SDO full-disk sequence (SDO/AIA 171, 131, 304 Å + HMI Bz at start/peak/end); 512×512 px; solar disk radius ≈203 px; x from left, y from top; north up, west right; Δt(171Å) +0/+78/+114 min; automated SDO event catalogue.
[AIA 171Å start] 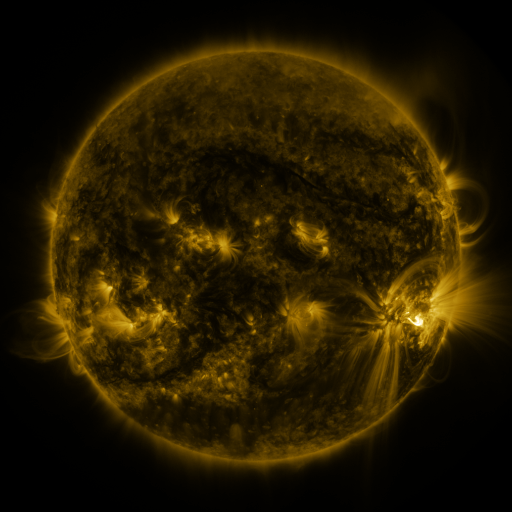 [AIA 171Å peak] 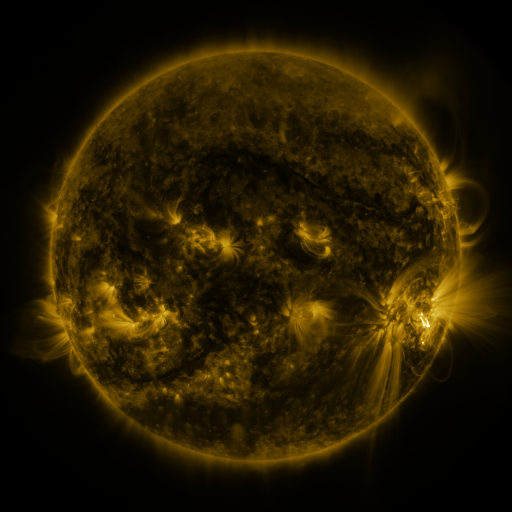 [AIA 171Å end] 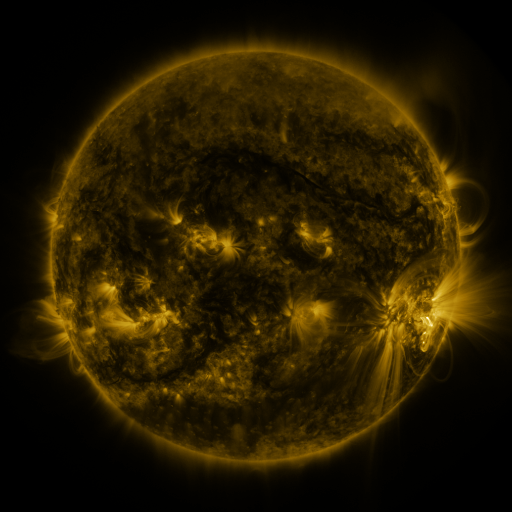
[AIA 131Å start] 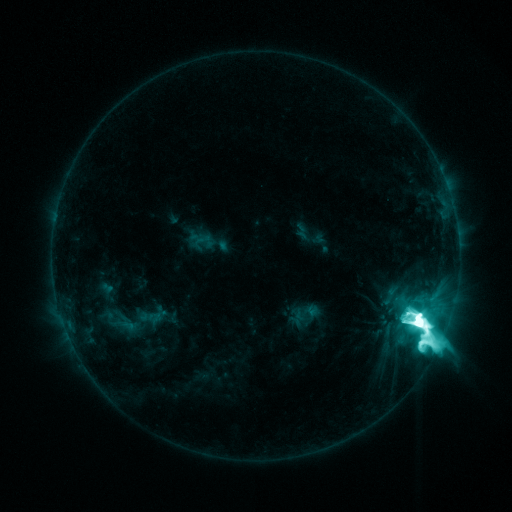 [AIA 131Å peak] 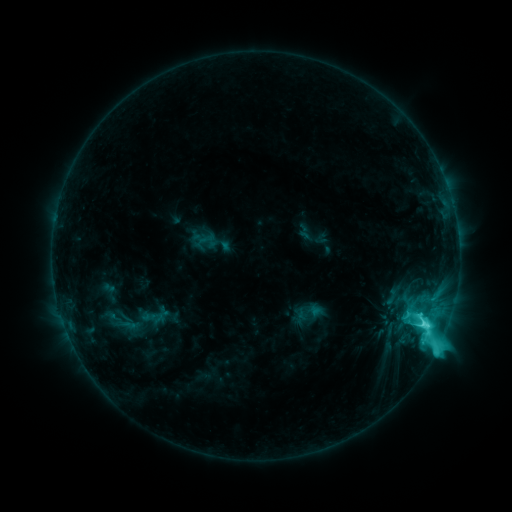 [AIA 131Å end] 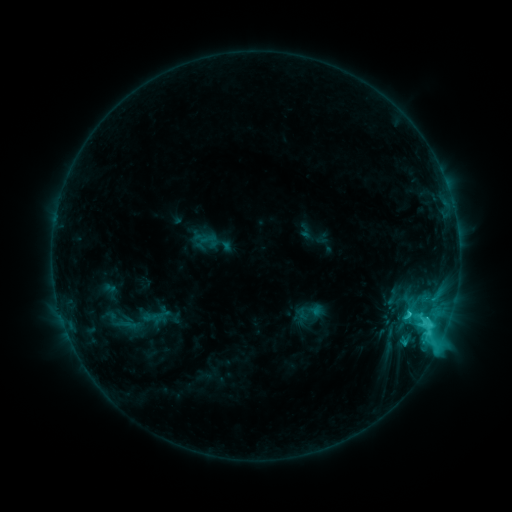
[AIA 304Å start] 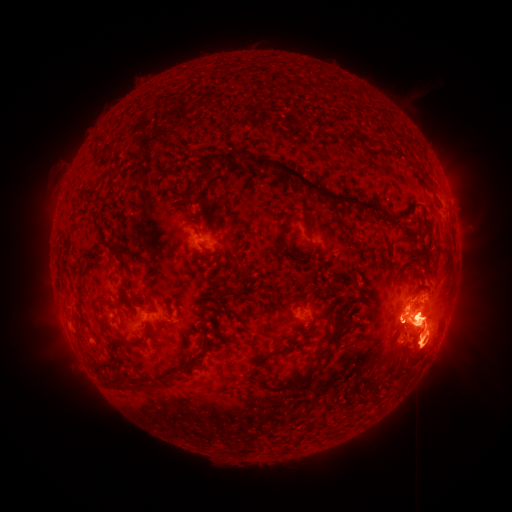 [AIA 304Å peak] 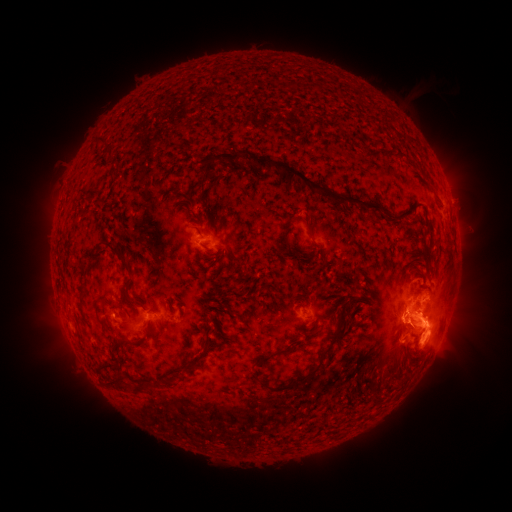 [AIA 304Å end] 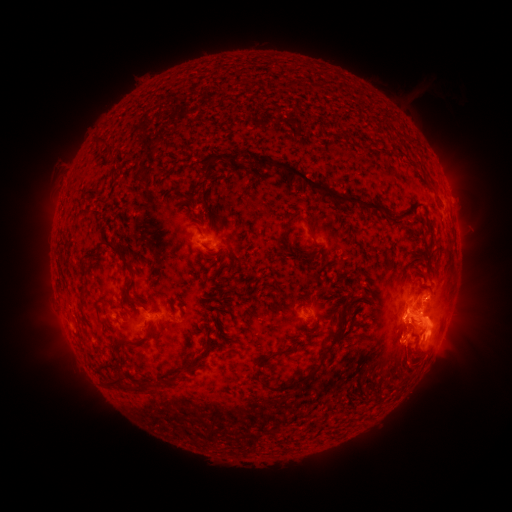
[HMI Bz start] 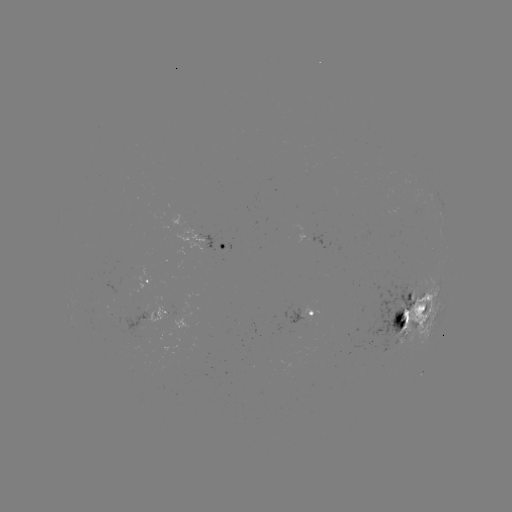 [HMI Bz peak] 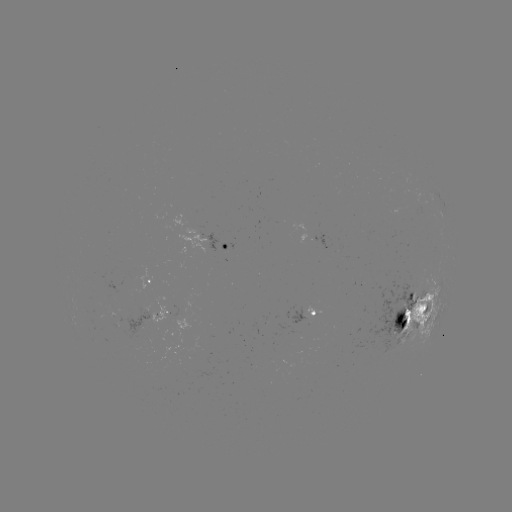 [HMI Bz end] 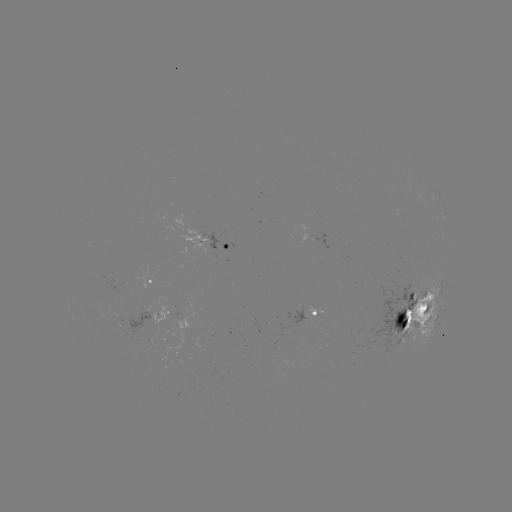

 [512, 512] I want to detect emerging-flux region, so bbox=[371, 282, 415, 350].